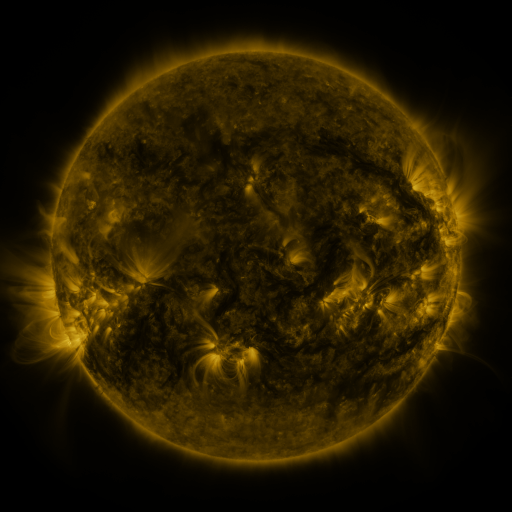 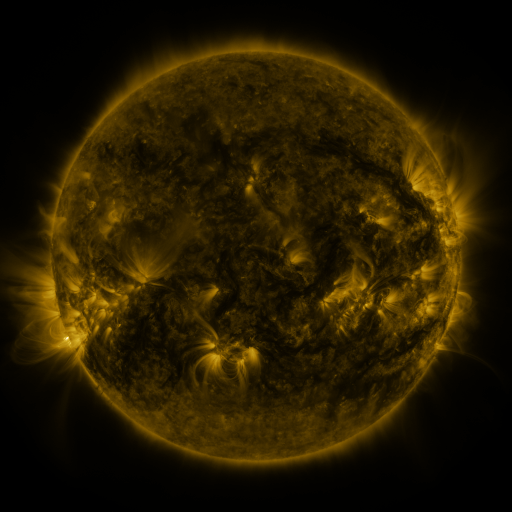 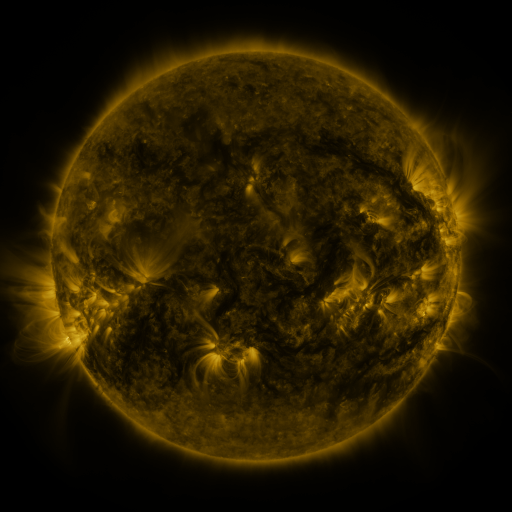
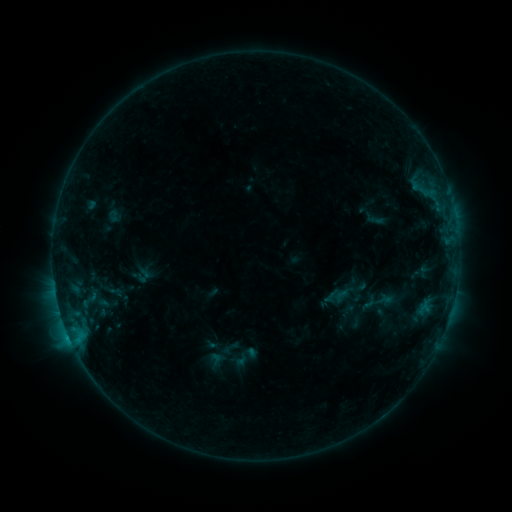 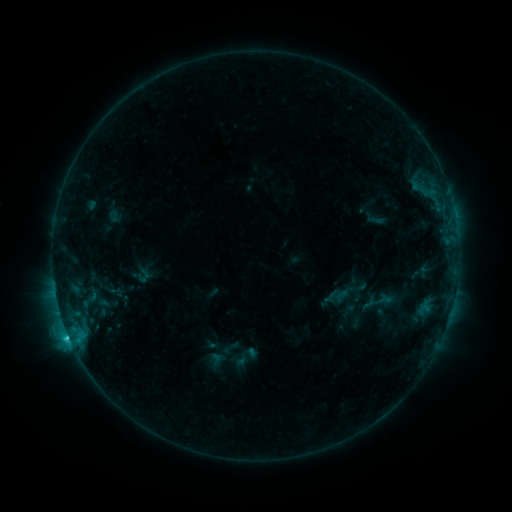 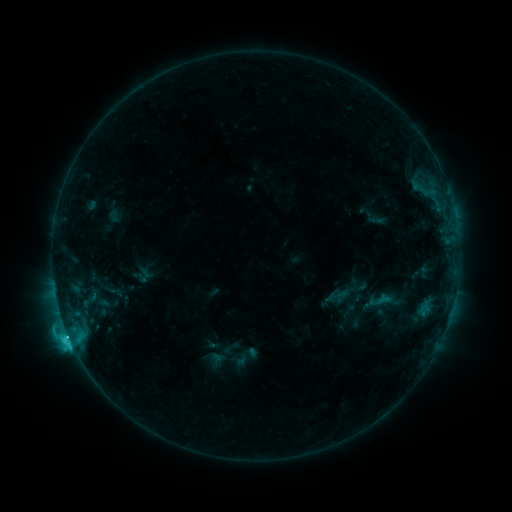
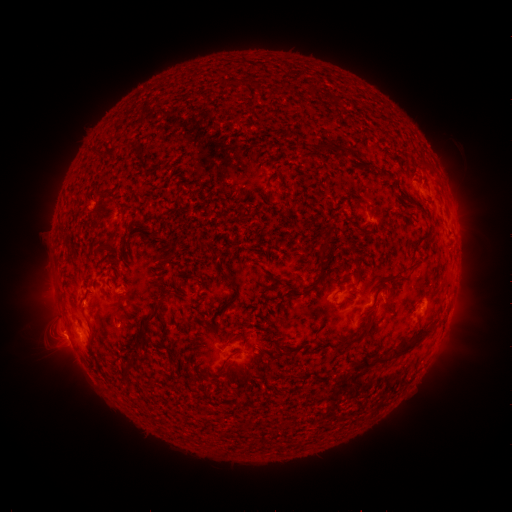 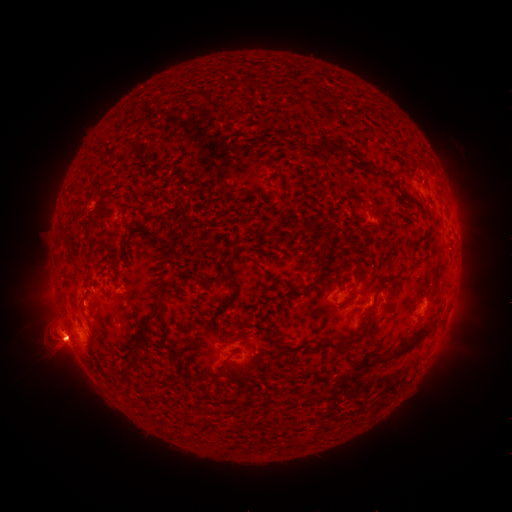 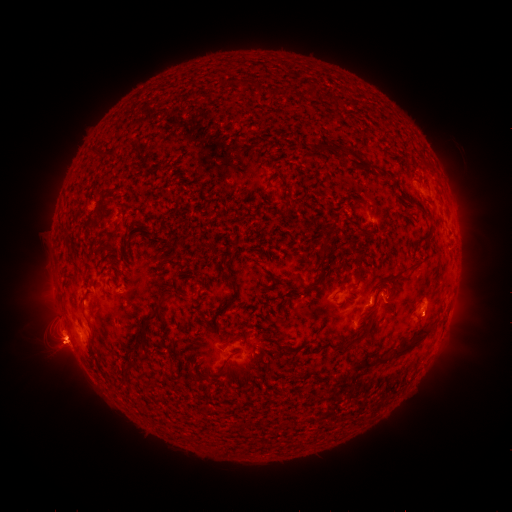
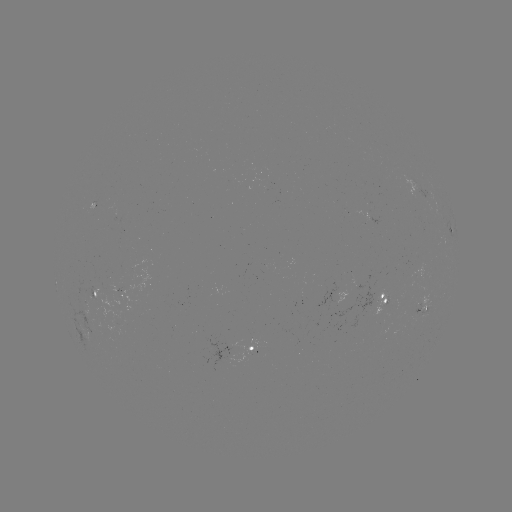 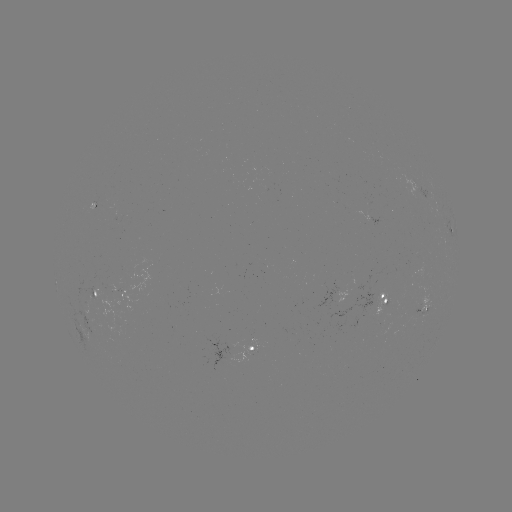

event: flare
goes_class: C7.2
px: (69, 334)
